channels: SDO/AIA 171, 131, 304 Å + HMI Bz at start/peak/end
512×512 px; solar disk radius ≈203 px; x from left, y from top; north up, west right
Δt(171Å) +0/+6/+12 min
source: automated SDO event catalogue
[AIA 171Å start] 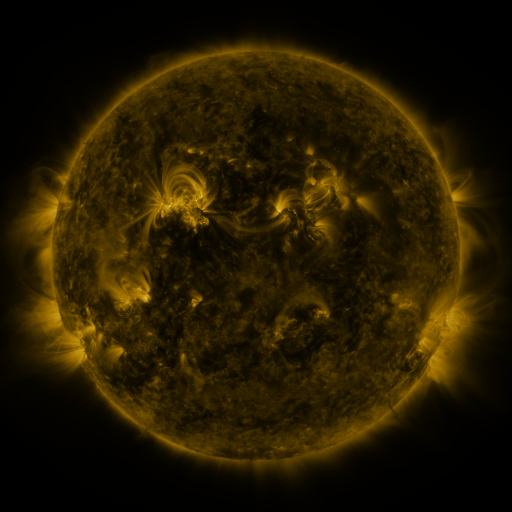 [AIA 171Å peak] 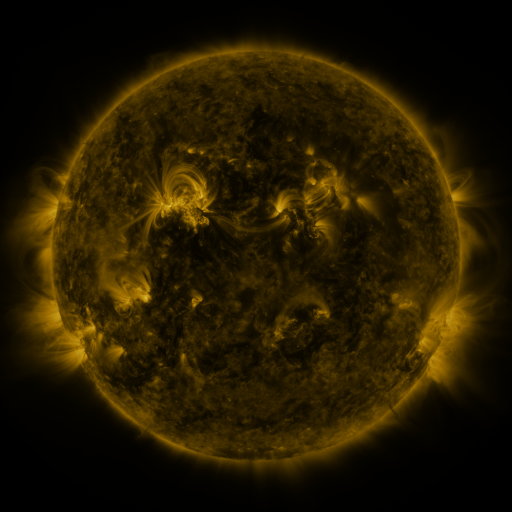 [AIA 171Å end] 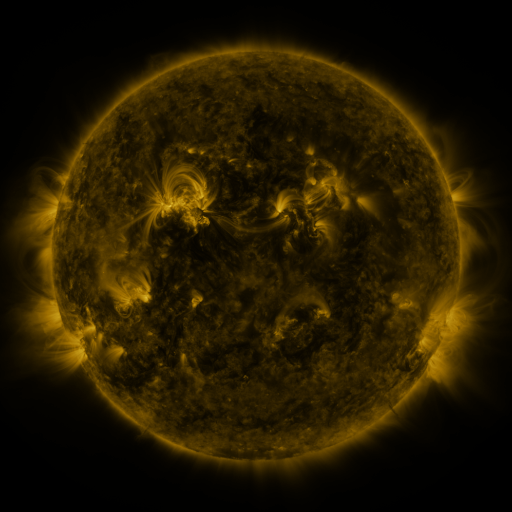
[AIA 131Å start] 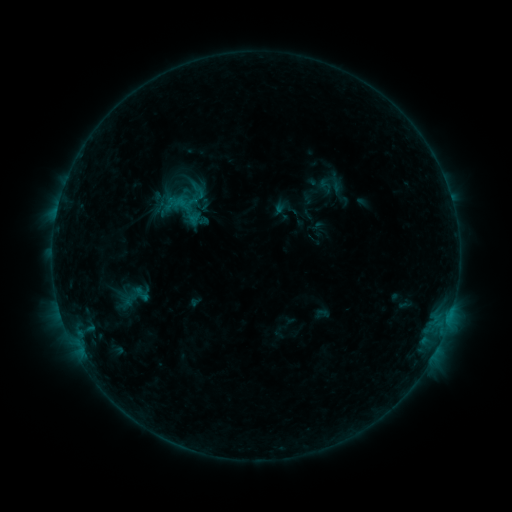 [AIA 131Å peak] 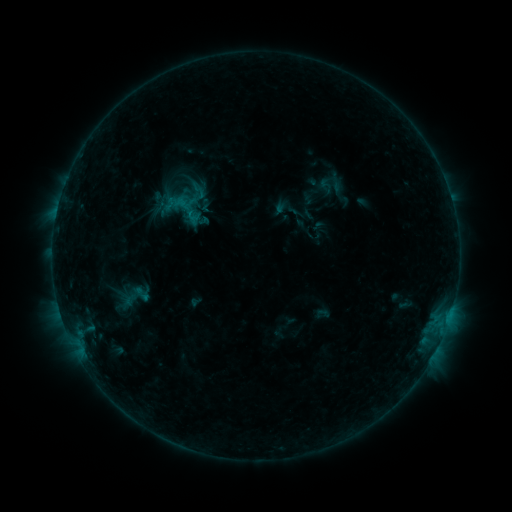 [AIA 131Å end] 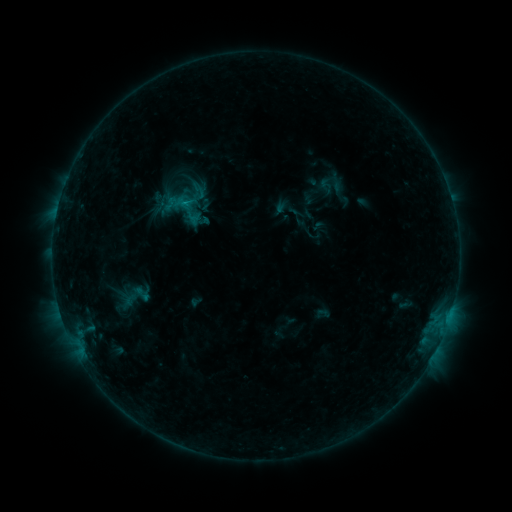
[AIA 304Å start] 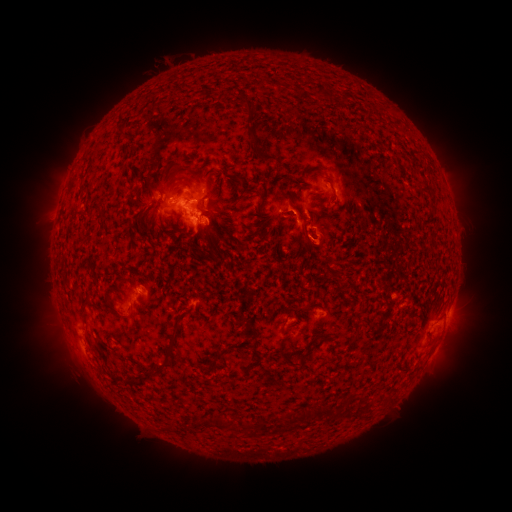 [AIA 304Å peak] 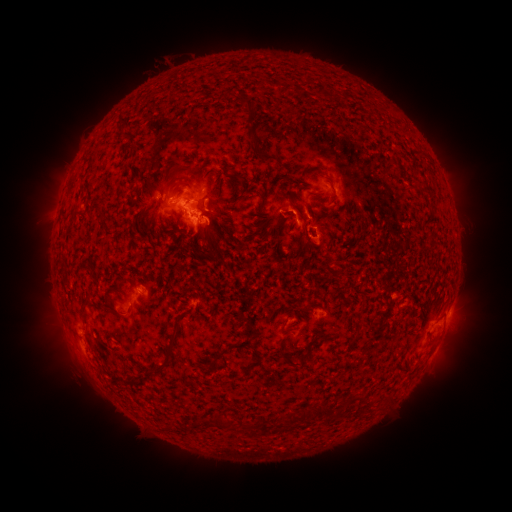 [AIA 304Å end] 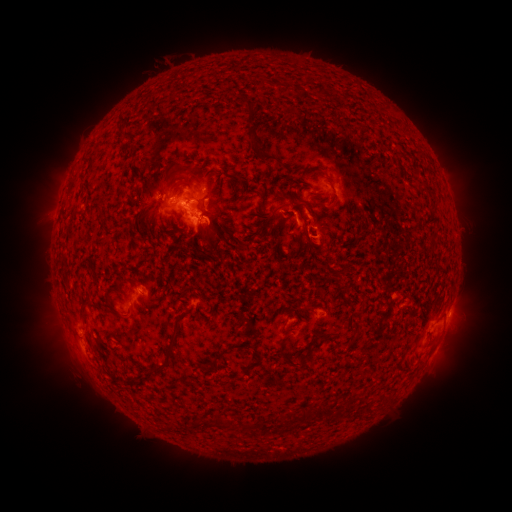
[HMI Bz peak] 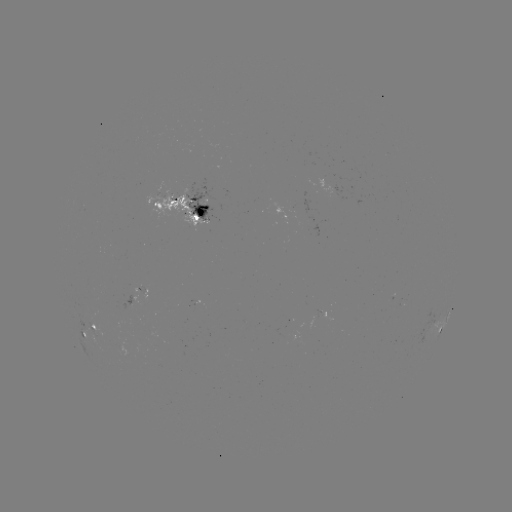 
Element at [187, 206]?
B8.5 flare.